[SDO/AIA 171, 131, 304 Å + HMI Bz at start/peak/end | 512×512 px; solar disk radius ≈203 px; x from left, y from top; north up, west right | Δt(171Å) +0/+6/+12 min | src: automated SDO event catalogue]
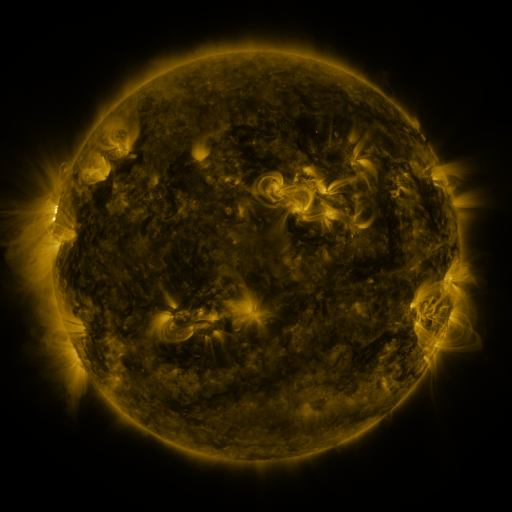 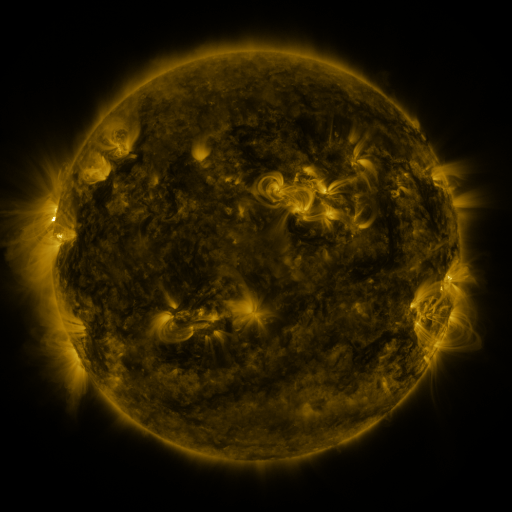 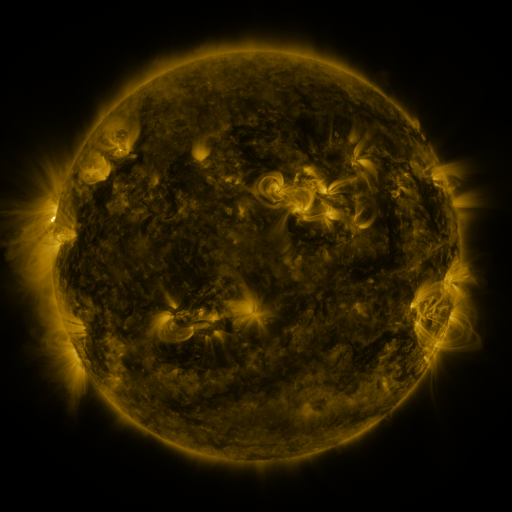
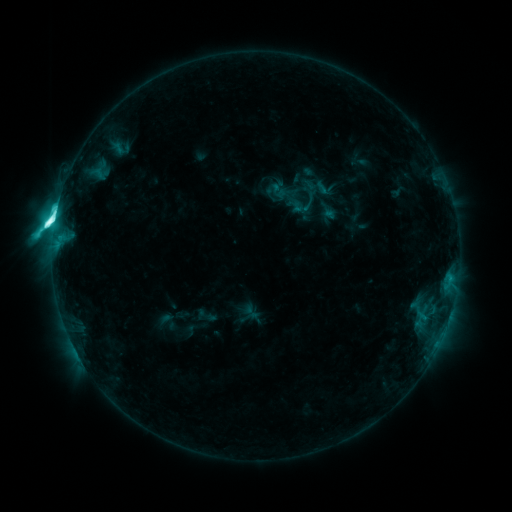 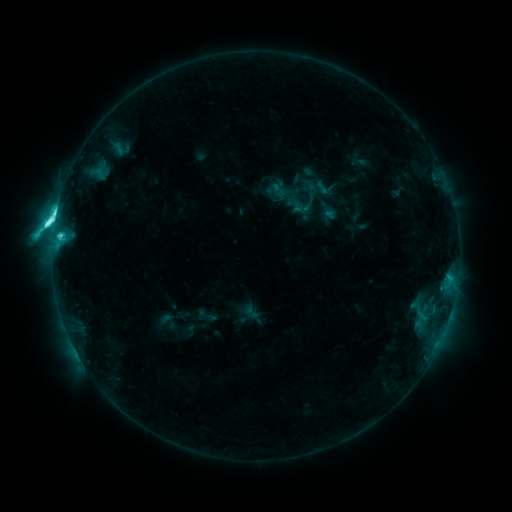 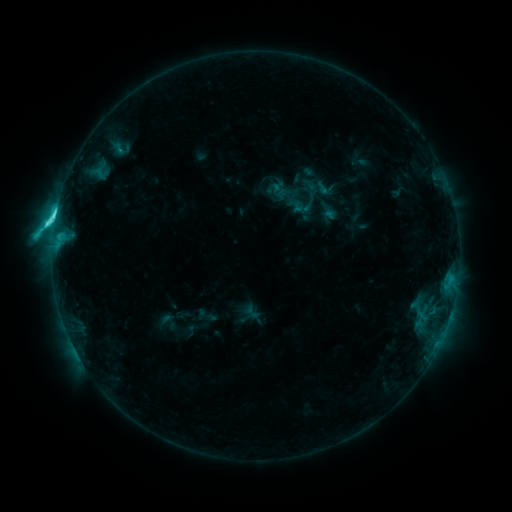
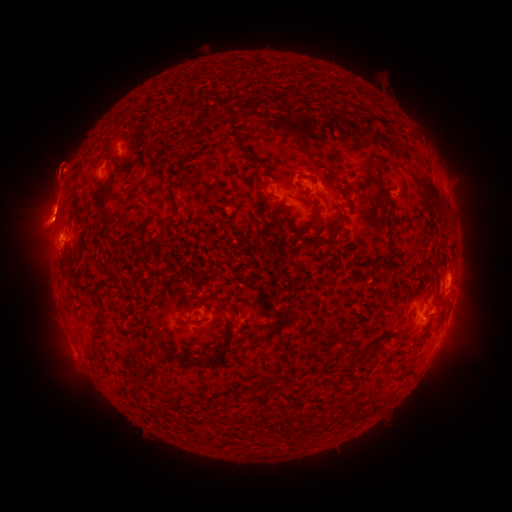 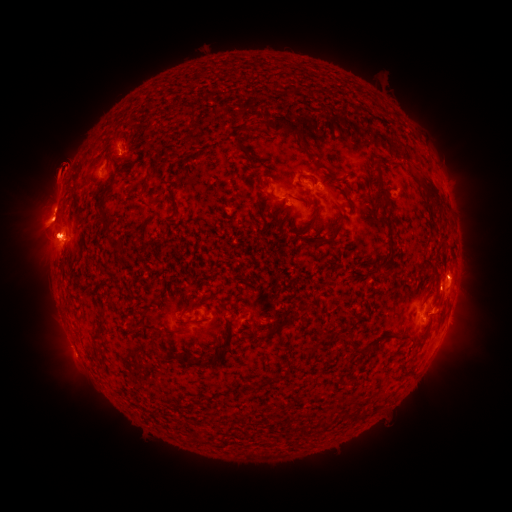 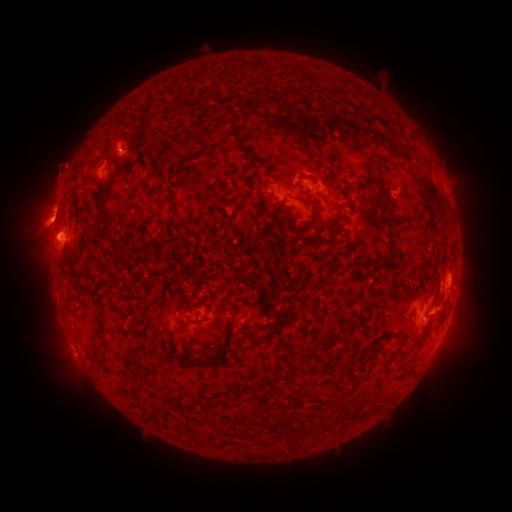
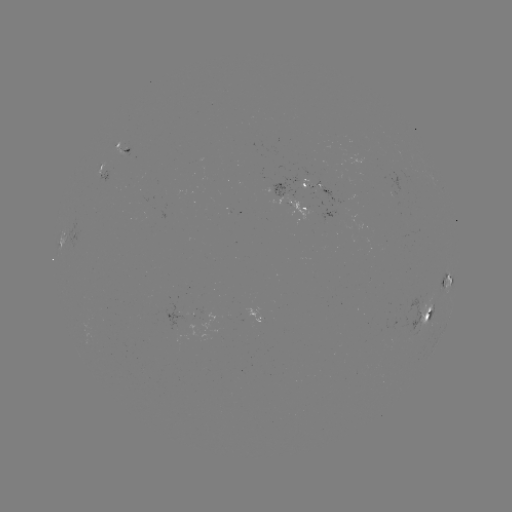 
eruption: (11, 215, 101, 298)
